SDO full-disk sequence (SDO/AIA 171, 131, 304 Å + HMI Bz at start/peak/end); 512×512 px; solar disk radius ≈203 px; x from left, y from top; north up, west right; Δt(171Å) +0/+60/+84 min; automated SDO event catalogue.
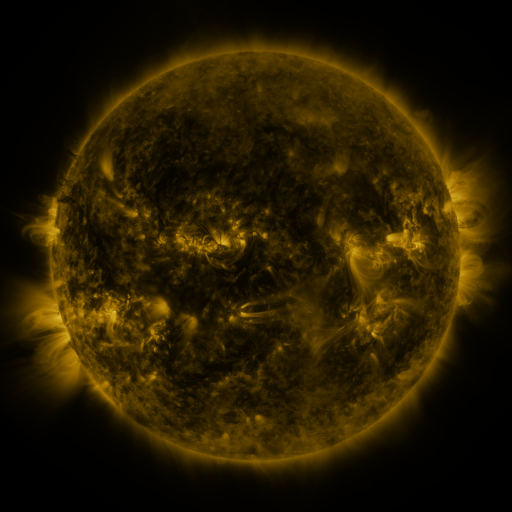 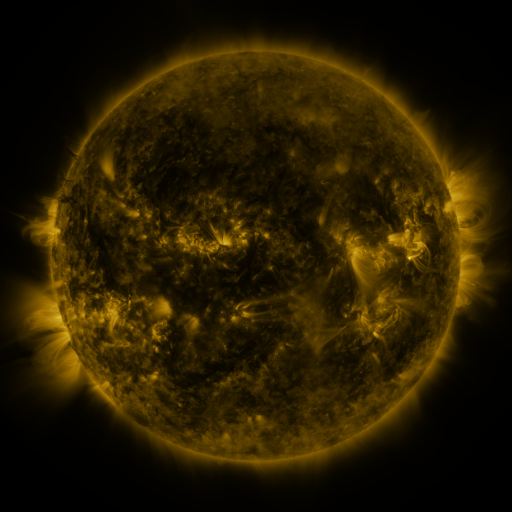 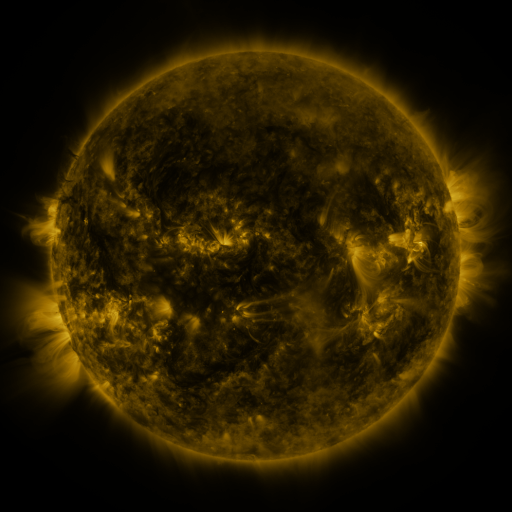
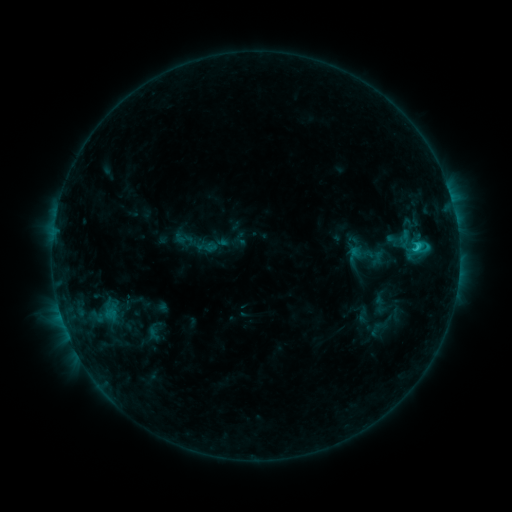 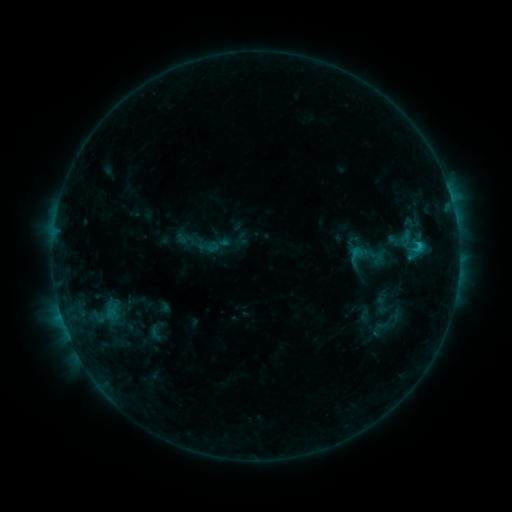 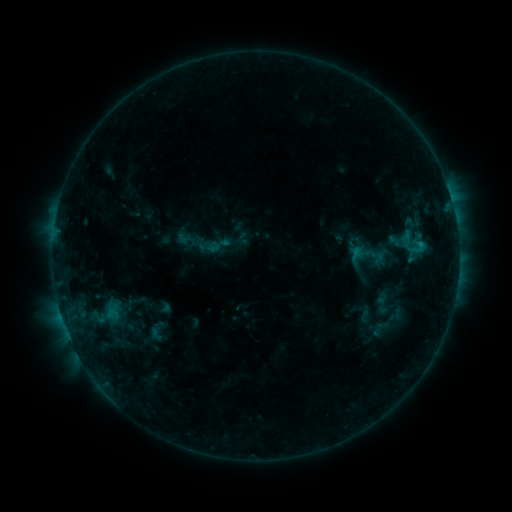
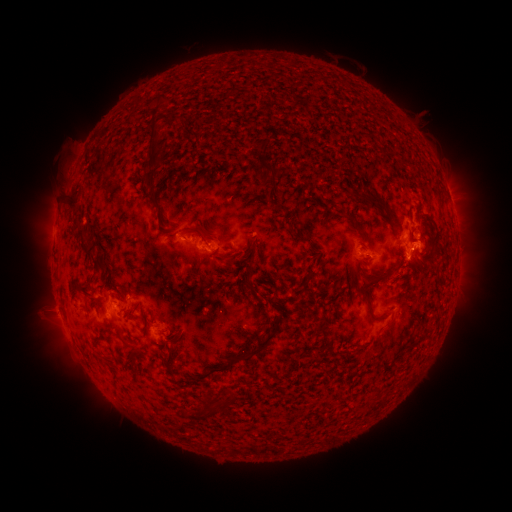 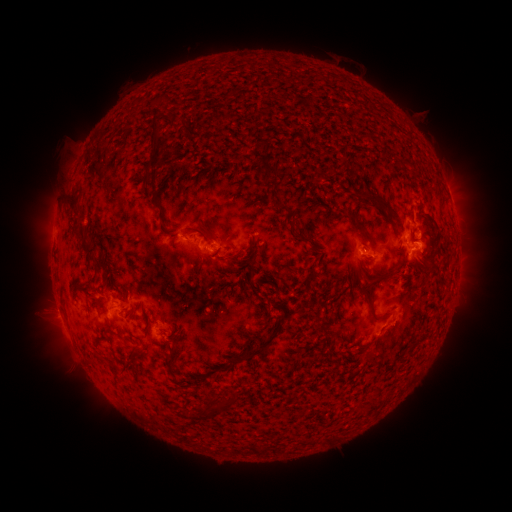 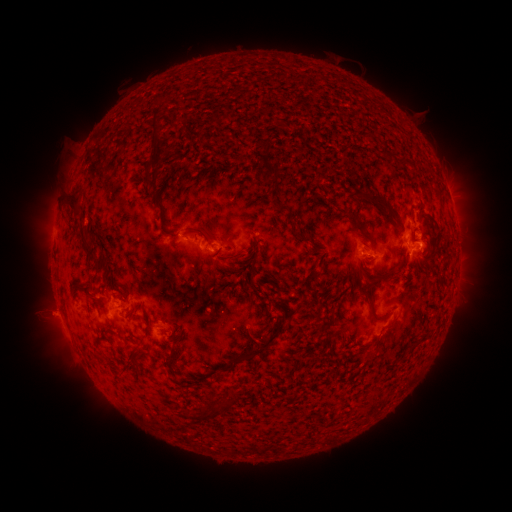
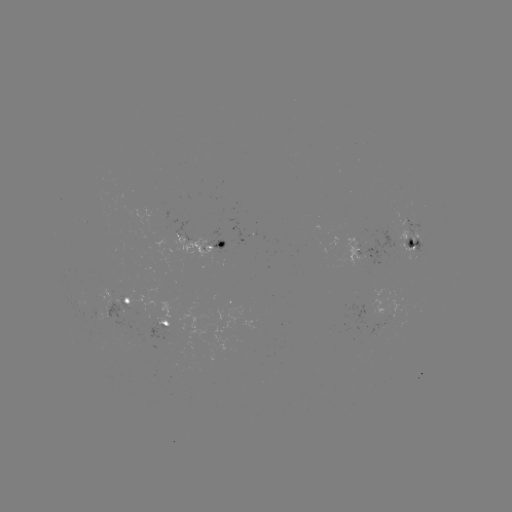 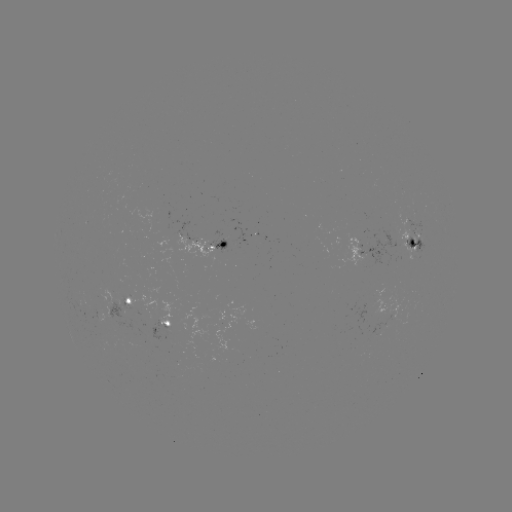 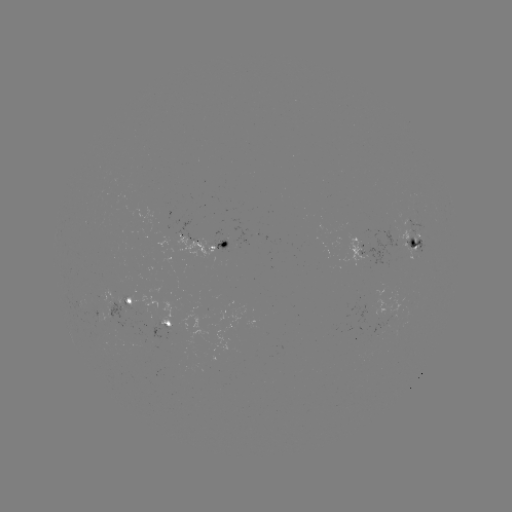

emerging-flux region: <bbox>110, 291, 119, 306</bbox>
